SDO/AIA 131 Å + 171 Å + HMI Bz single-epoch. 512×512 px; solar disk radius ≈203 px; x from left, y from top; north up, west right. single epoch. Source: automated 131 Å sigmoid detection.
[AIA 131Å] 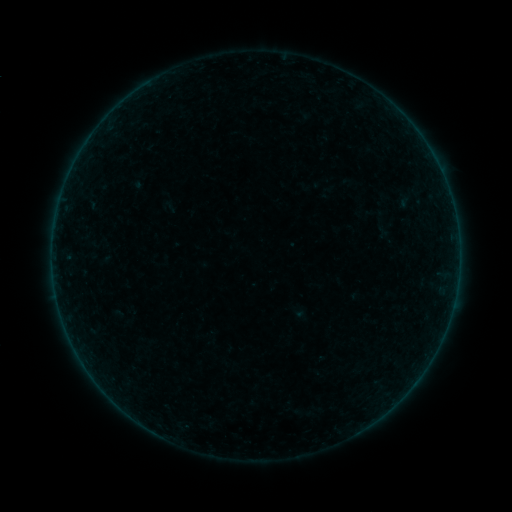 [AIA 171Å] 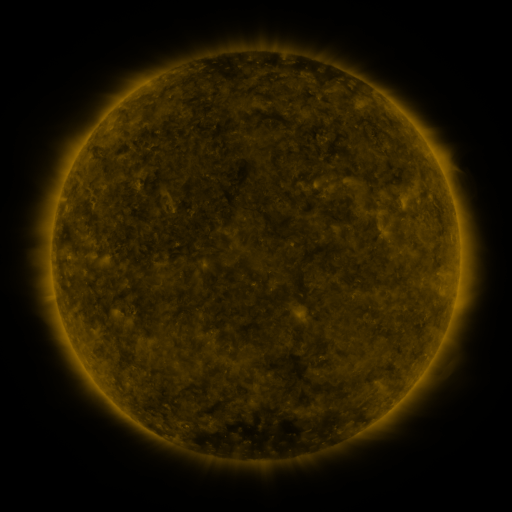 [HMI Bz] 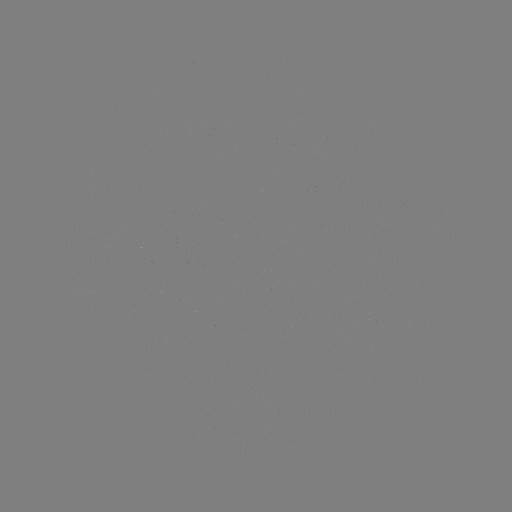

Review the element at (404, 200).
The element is sigmoid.